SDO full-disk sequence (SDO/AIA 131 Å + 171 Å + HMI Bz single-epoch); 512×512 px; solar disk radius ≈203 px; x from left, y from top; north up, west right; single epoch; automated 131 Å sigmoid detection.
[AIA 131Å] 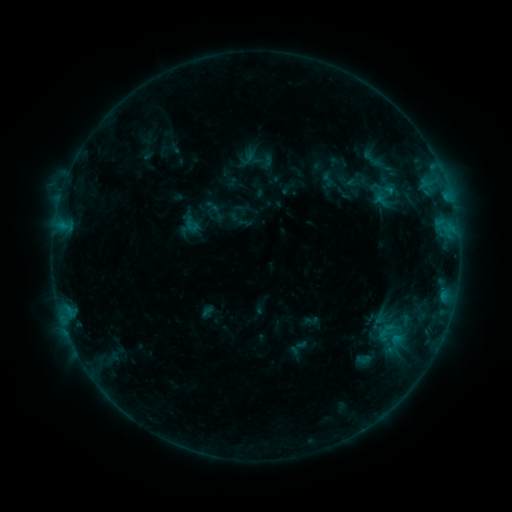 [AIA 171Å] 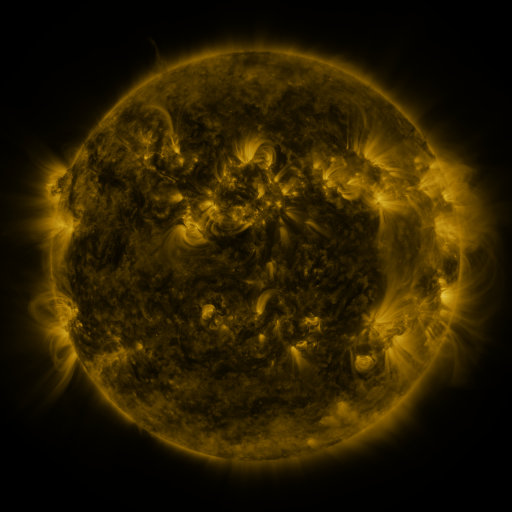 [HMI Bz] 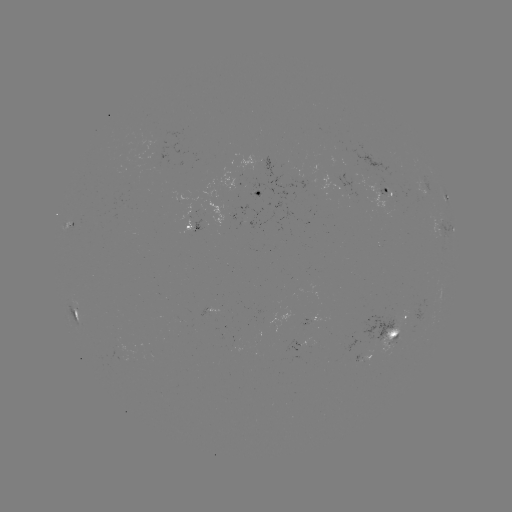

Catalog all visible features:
sigmoid: (386, 189)
sigmoid: (393, 332)
